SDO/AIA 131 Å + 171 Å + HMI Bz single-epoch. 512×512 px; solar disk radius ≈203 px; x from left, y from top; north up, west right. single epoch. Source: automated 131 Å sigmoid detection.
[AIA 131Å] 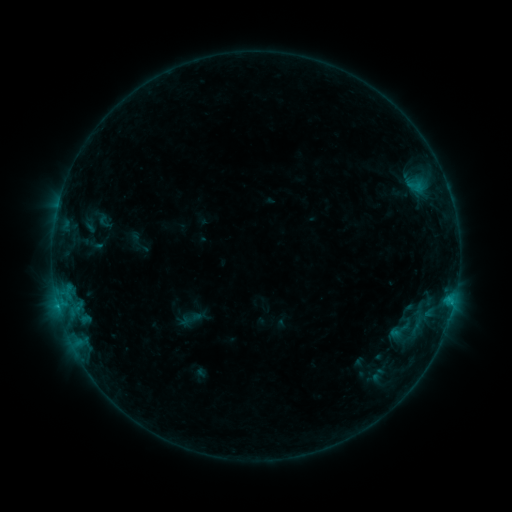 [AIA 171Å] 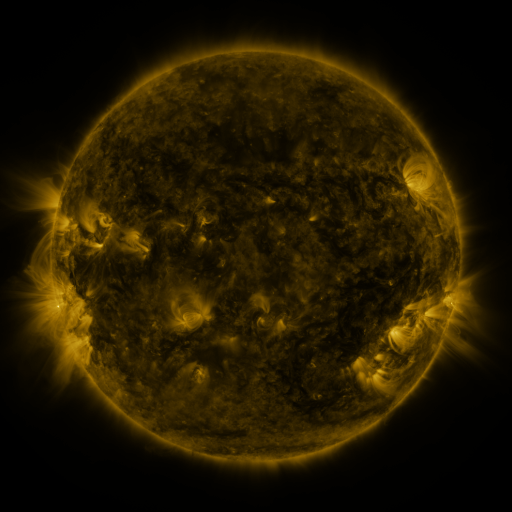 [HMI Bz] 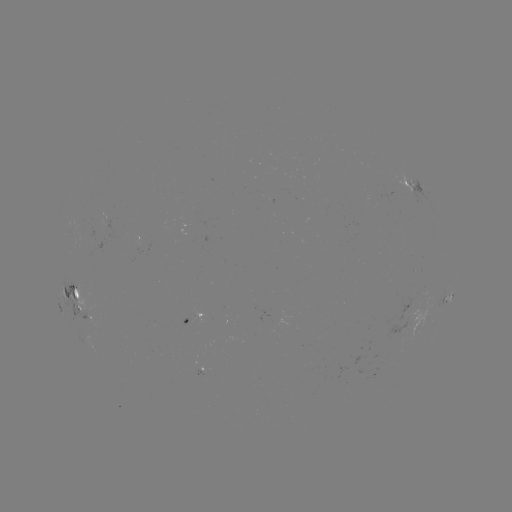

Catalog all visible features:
sigmoid: (399, 330)
